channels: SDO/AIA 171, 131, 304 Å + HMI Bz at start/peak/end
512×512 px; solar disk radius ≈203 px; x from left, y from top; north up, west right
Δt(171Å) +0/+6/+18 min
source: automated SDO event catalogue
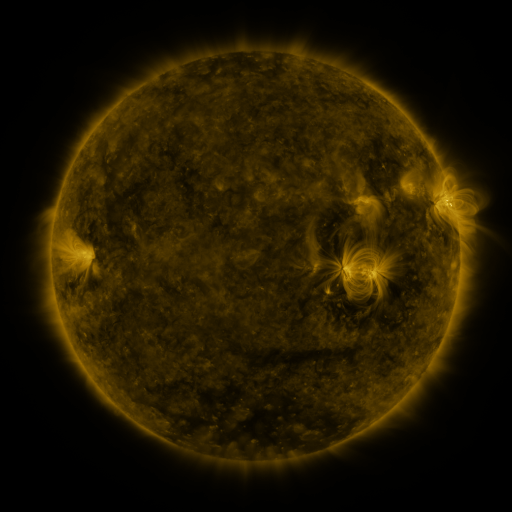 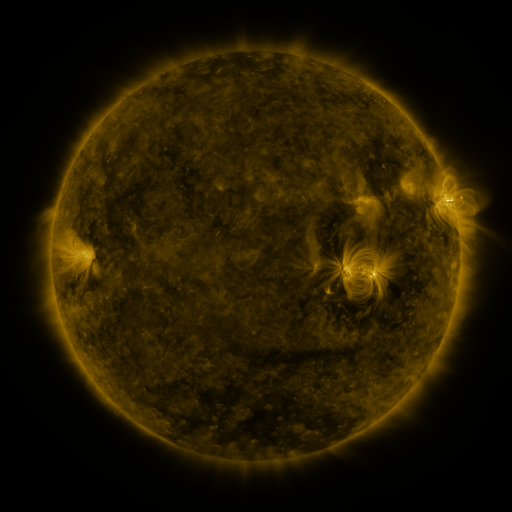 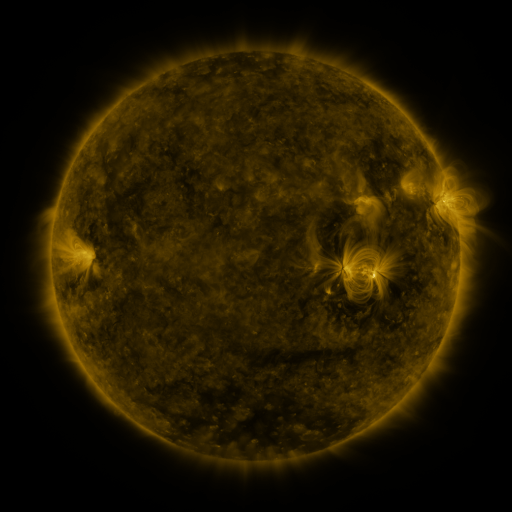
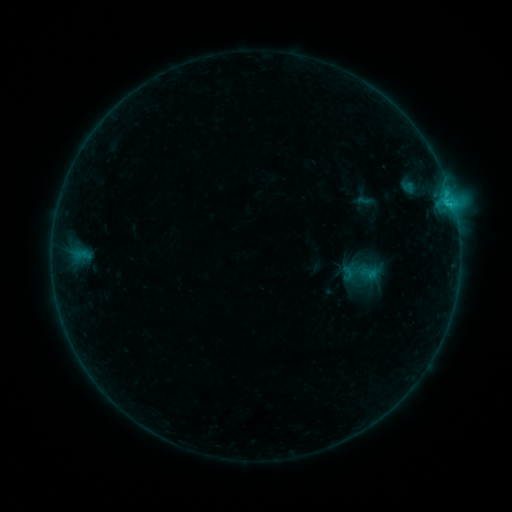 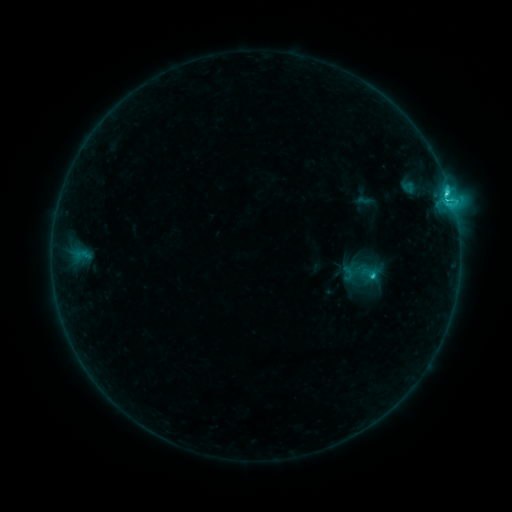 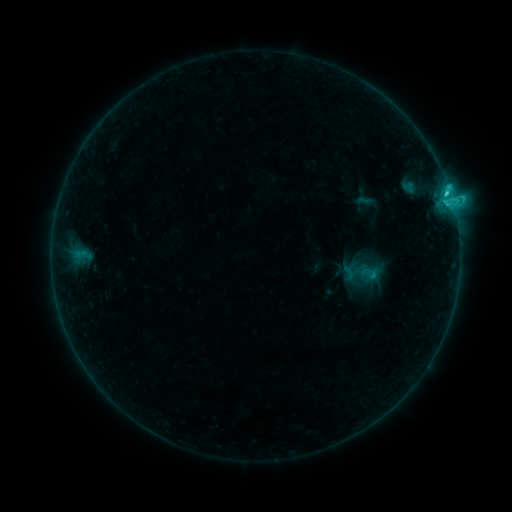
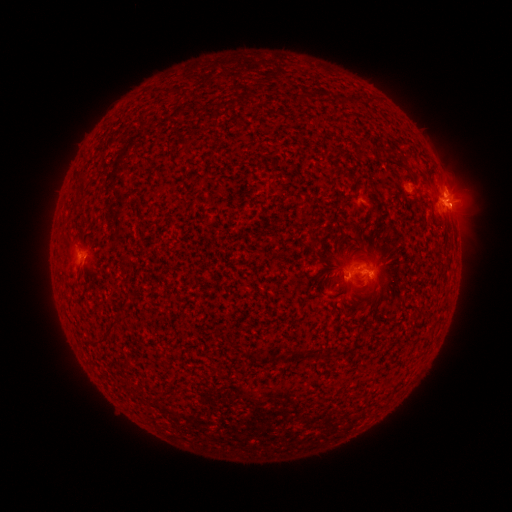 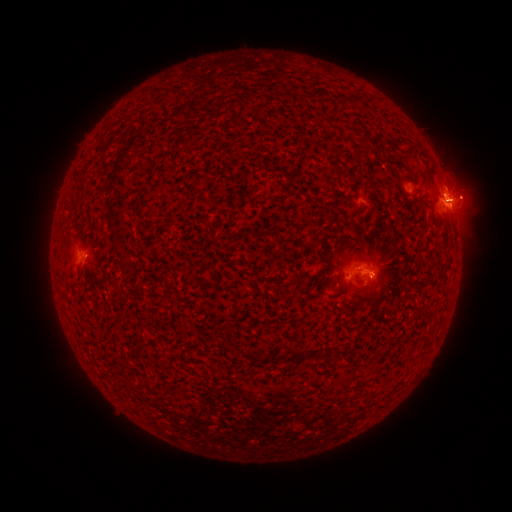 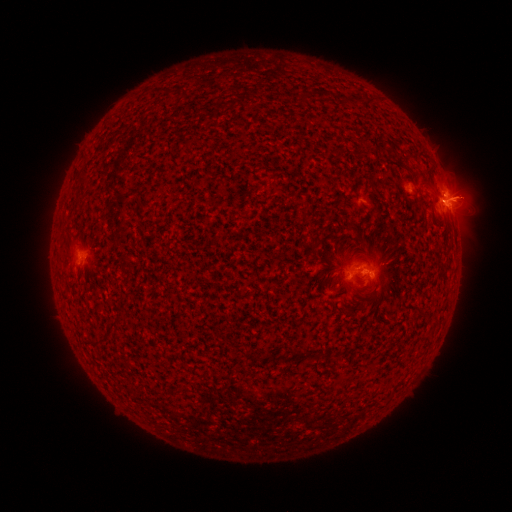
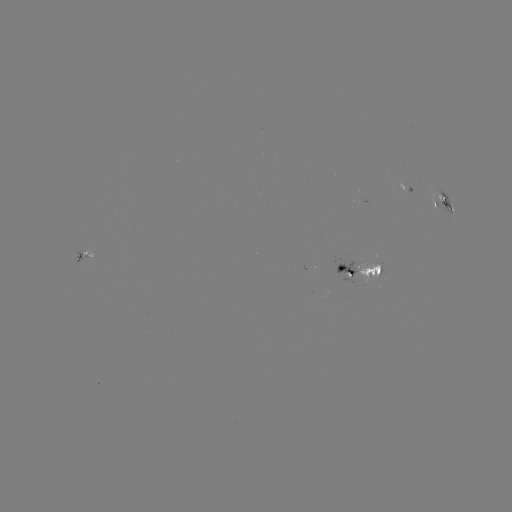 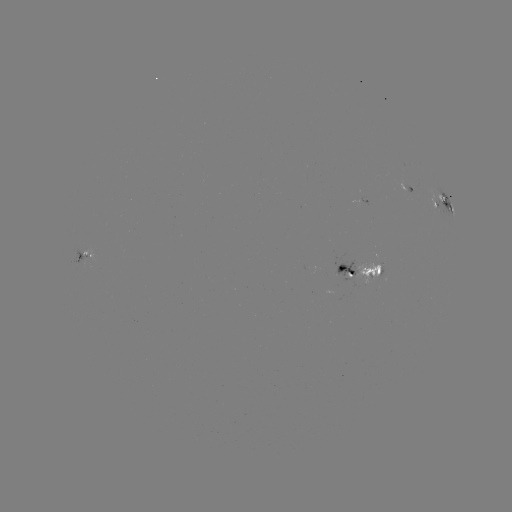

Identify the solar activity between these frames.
C3.9 flare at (370, 276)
